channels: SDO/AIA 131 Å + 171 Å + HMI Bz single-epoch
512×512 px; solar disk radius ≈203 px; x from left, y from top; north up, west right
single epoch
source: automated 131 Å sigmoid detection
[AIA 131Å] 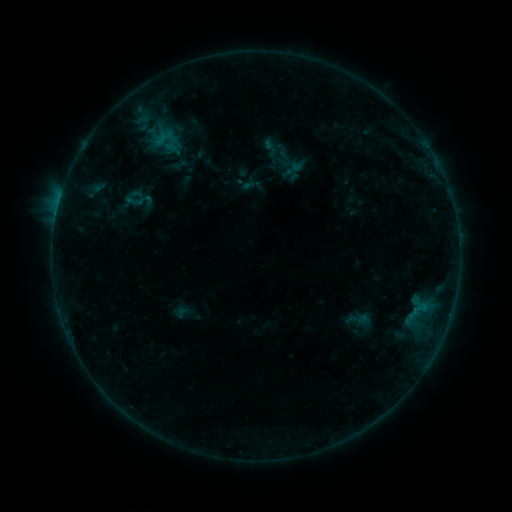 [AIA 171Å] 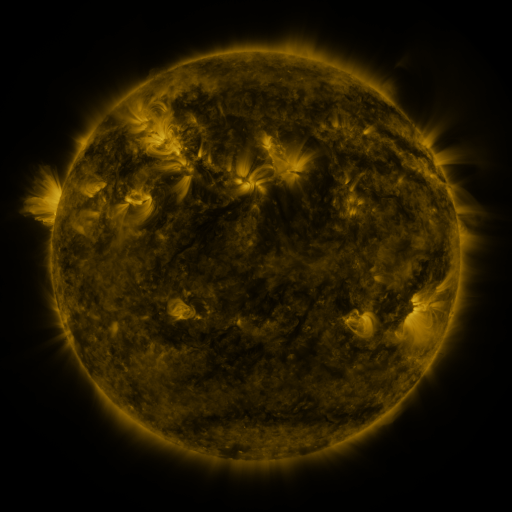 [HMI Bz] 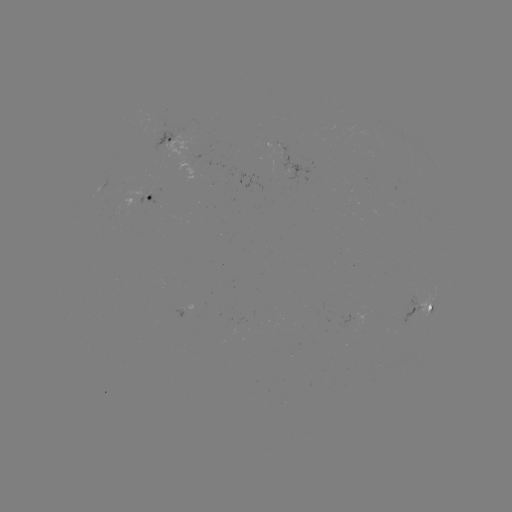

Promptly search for sigmoid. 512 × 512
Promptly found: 358,319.